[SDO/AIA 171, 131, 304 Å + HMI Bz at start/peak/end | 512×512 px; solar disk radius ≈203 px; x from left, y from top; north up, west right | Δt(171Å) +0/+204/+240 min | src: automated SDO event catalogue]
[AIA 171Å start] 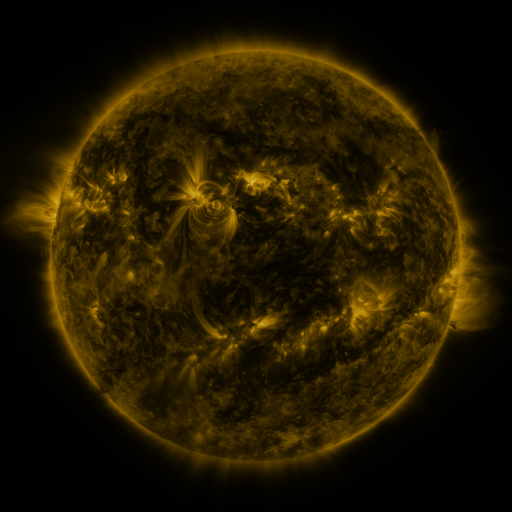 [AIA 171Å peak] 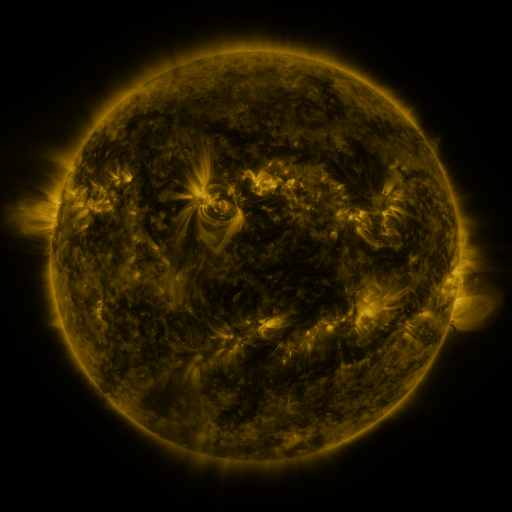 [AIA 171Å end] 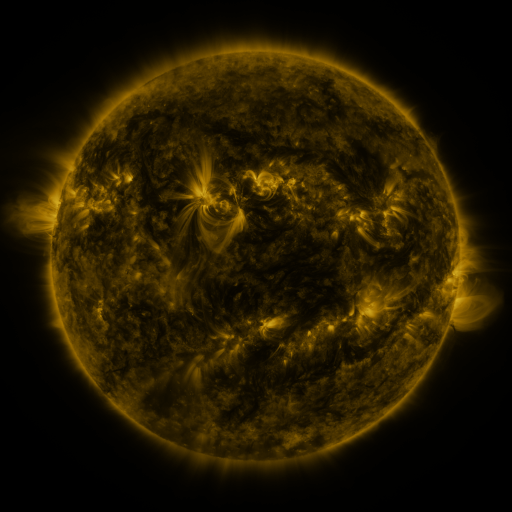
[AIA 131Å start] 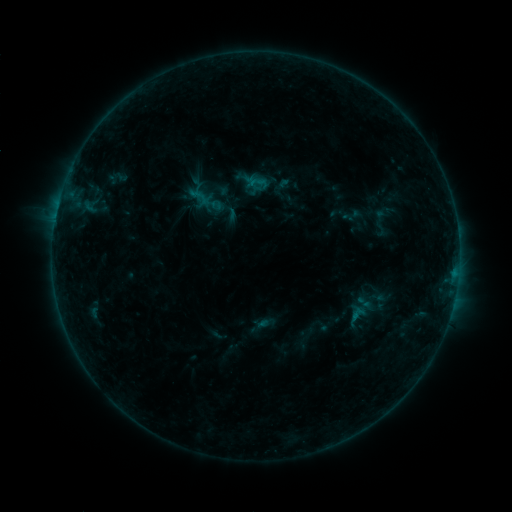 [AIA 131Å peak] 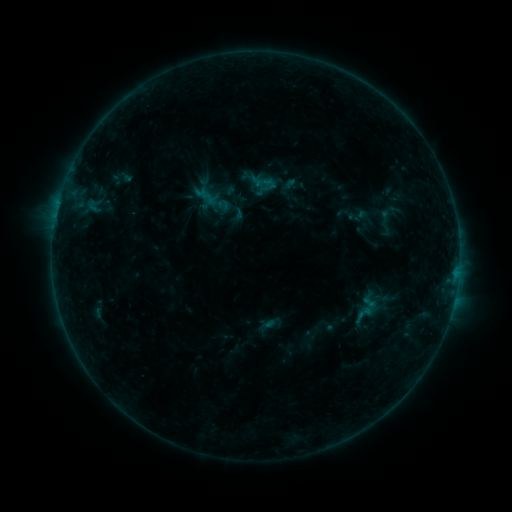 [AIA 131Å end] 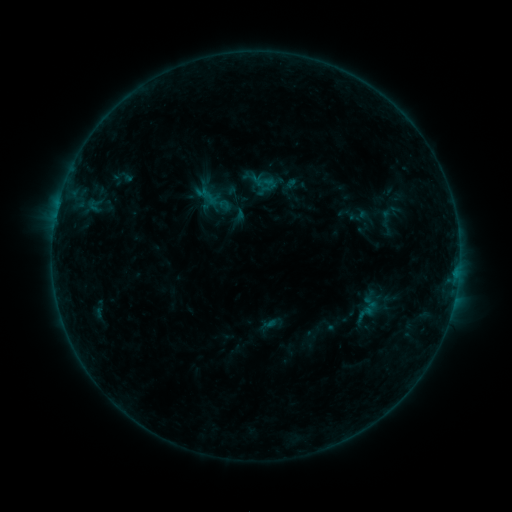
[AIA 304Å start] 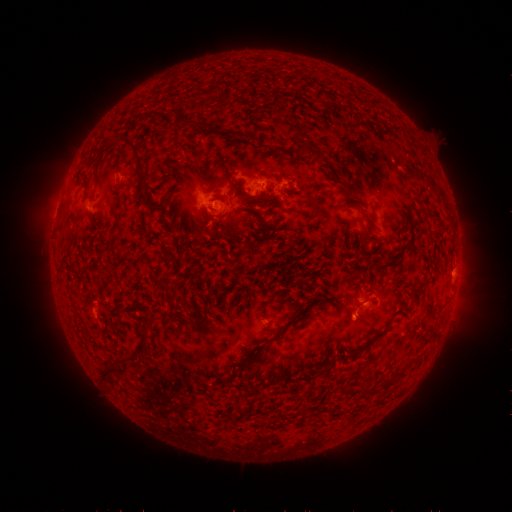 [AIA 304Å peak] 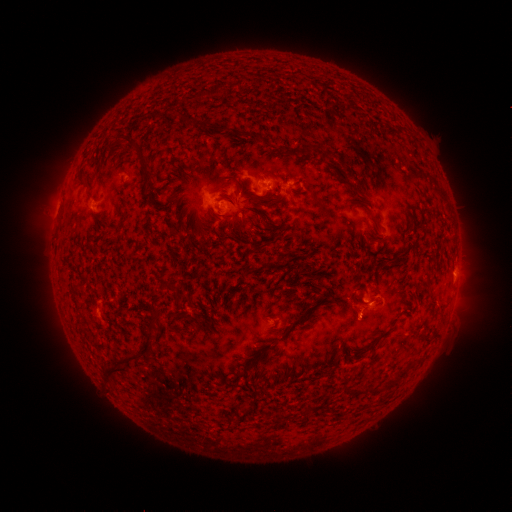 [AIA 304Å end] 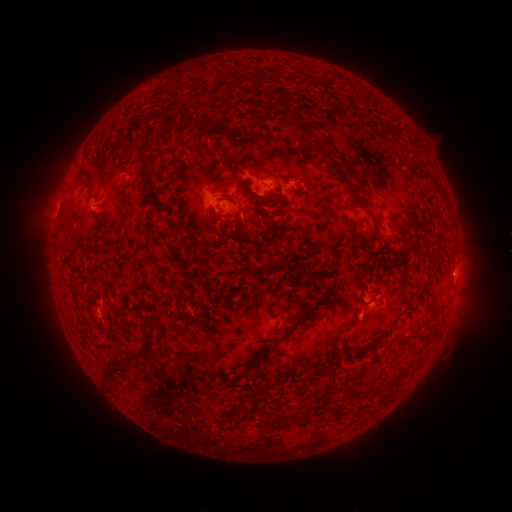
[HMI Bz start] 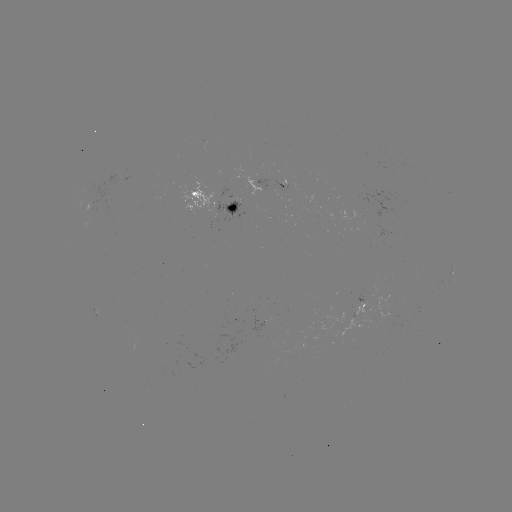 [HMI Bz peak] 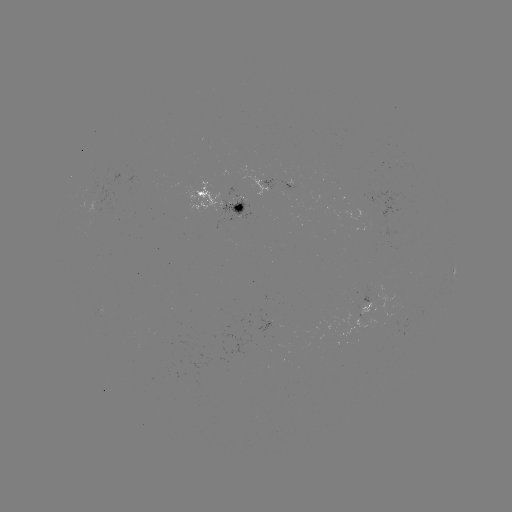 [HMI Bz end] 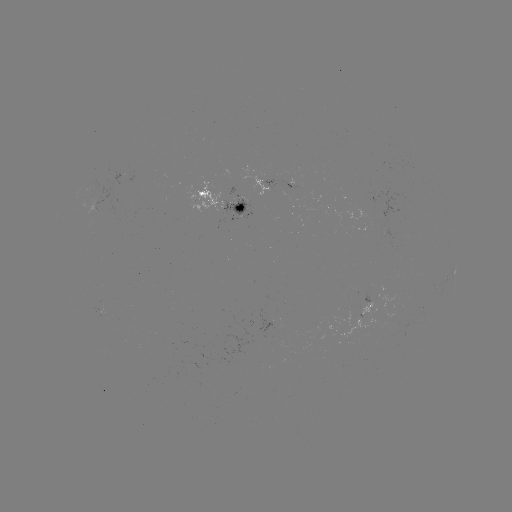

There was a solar emerging-flux region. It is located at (94, 208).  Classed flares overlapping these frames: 1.